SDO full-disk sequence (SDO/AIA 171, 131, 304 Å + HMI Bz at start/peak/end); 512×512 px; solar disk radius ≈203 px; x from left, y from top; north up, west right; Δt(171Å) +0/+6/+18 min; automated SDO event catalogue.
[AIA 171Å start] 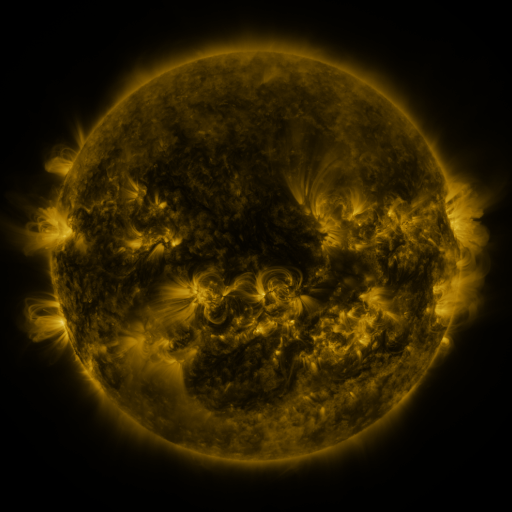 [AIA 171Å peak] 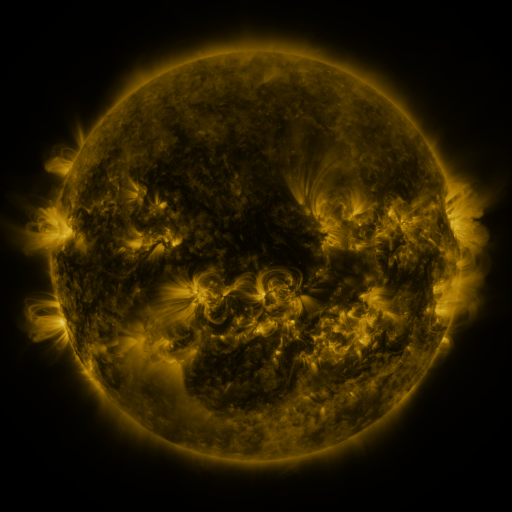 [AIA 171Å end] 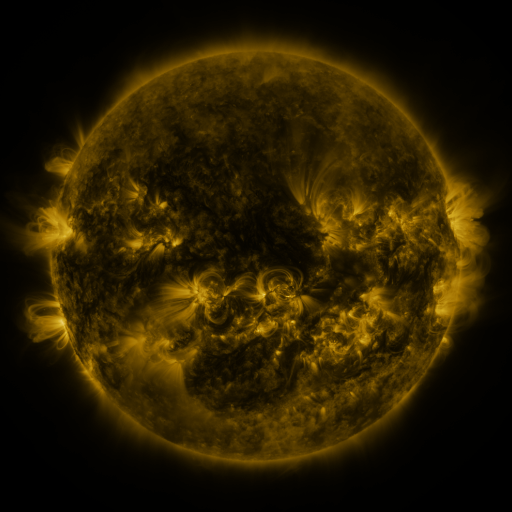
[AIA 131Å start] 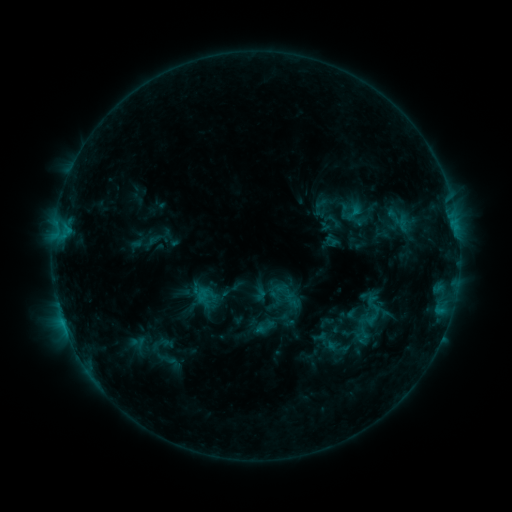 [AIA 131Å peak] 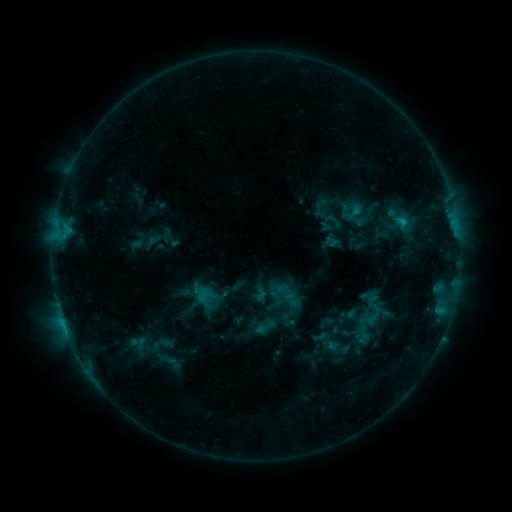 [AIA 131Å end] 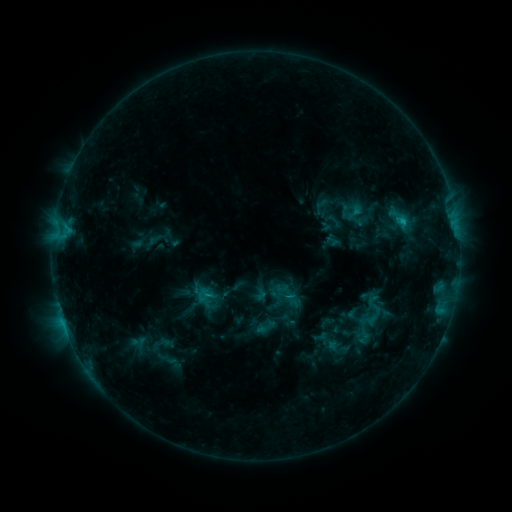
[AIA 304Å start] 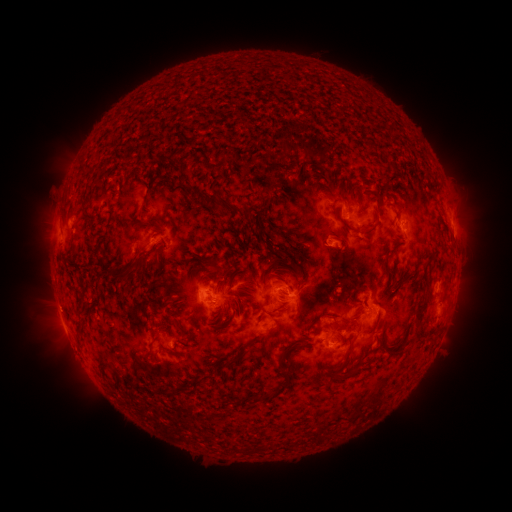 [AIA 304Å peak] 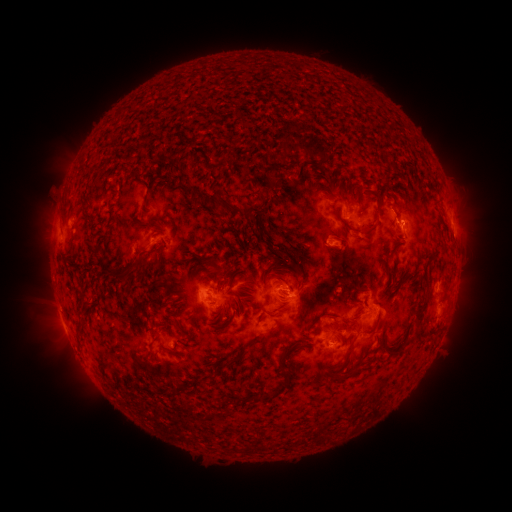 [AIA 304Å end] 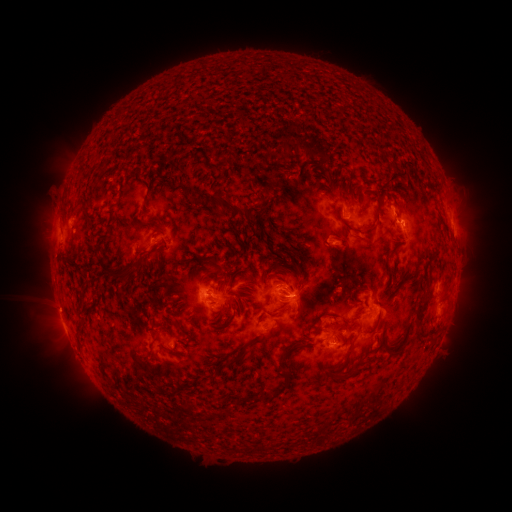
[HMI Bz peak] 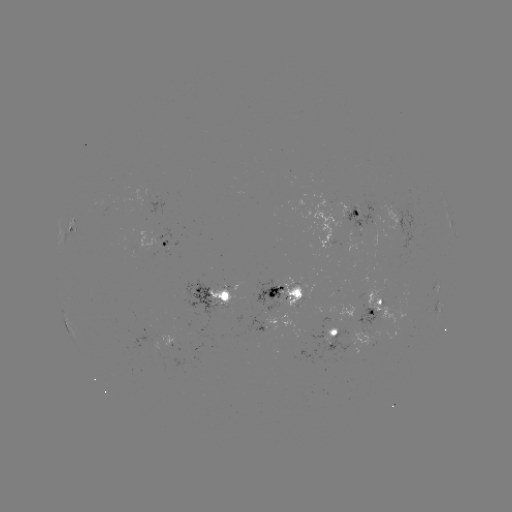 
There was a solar flare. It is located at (401, 222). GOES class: C2.3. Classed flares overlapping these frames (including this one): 1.